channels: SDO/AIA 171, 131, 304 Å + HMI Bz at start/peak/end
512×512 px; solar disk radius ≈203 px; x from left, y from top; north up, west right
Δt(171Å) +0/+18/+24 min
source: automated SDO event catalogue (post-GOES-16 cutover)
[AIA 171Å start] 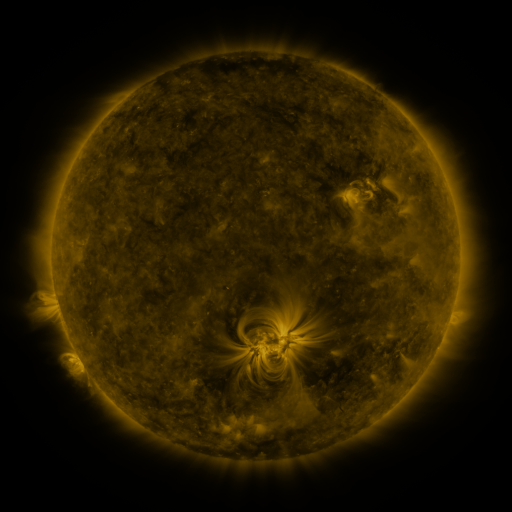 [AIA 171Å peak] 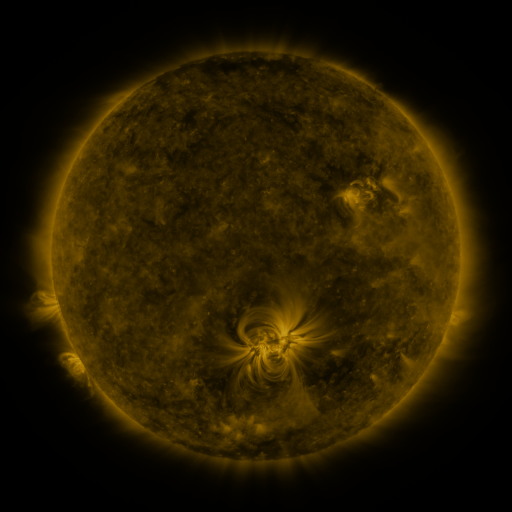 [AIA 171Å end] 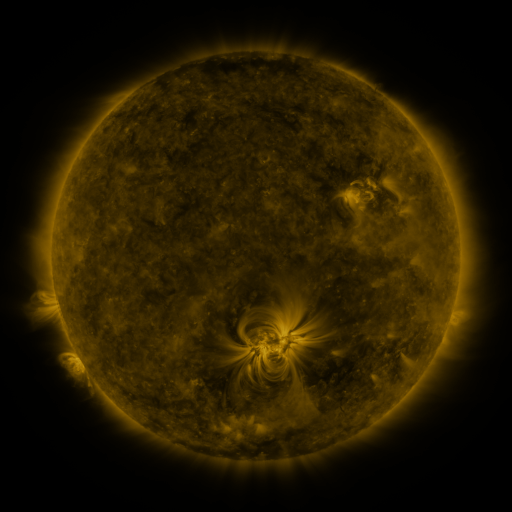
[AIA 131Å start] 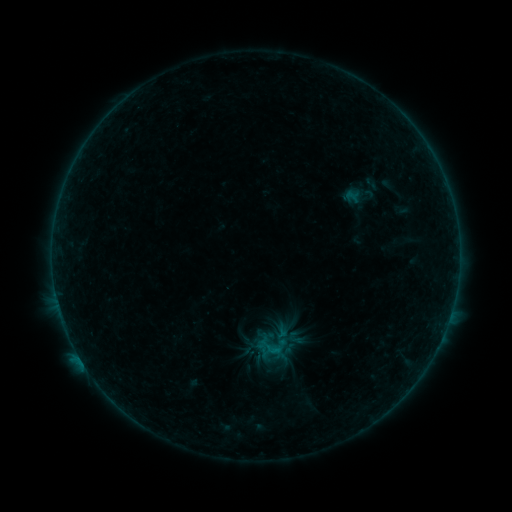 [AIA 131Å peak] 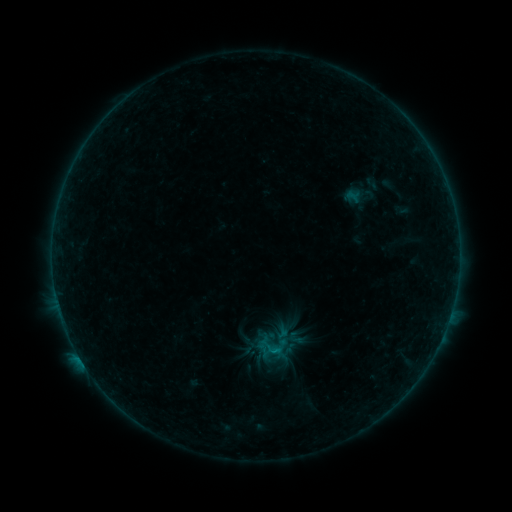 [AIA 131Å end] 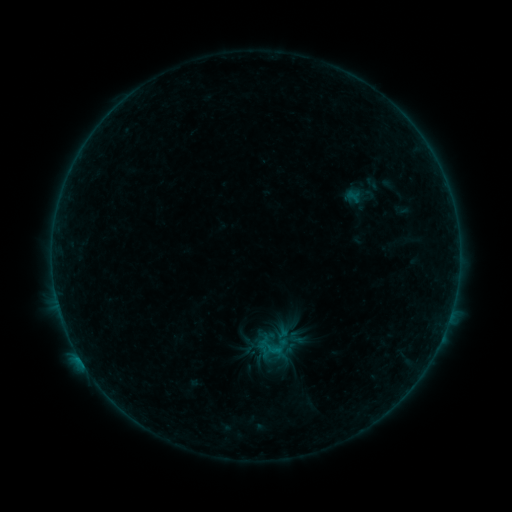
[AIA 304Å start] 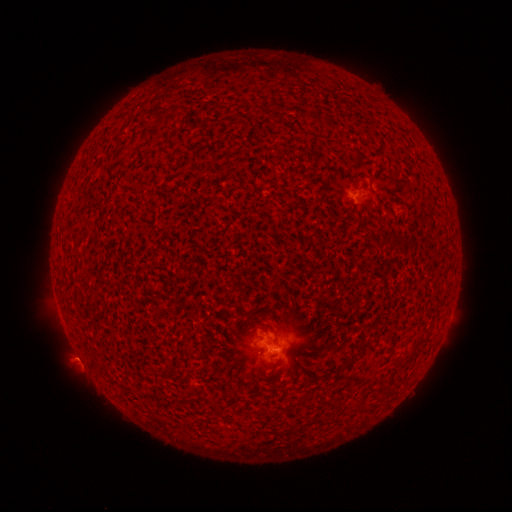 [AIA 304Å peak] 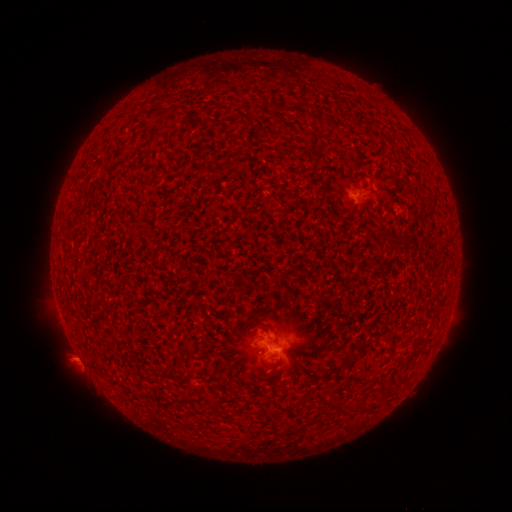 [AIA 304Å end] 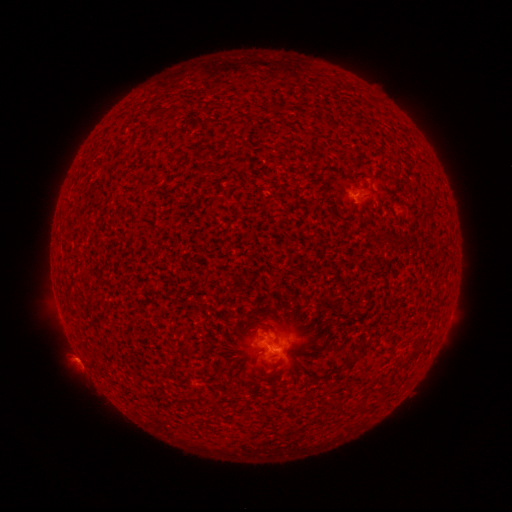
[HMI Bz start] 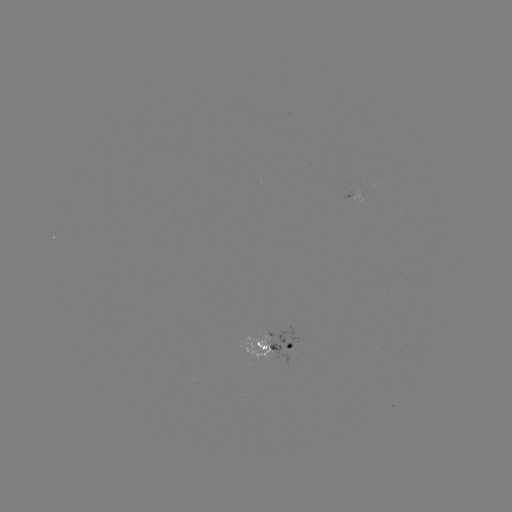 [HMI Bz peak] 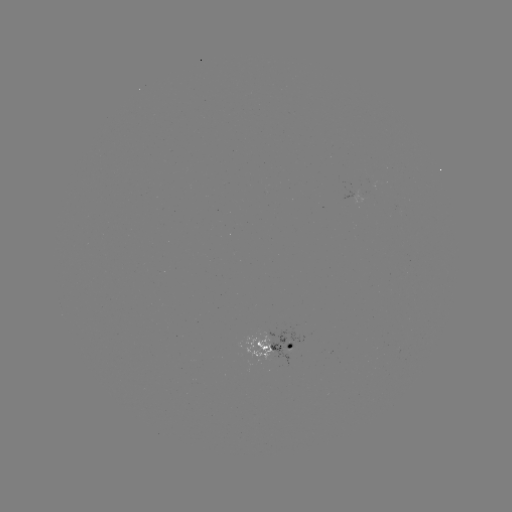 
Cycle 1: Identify B3.1 flare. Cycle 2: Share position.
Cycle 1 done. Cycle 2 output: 80,357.